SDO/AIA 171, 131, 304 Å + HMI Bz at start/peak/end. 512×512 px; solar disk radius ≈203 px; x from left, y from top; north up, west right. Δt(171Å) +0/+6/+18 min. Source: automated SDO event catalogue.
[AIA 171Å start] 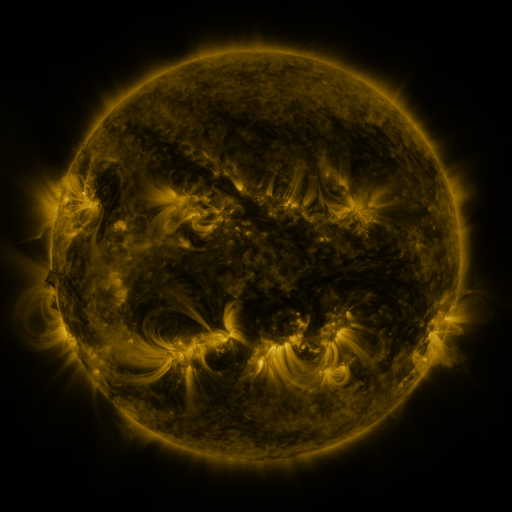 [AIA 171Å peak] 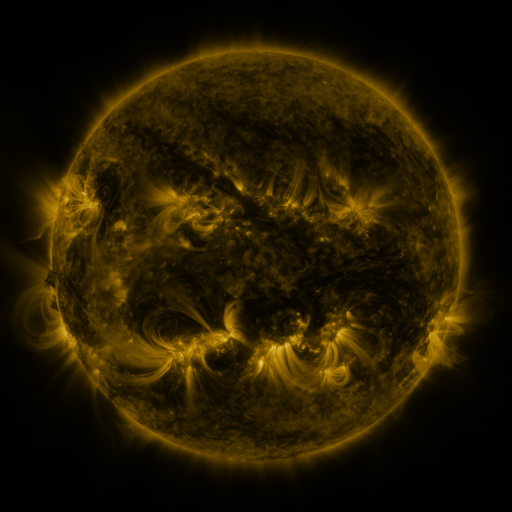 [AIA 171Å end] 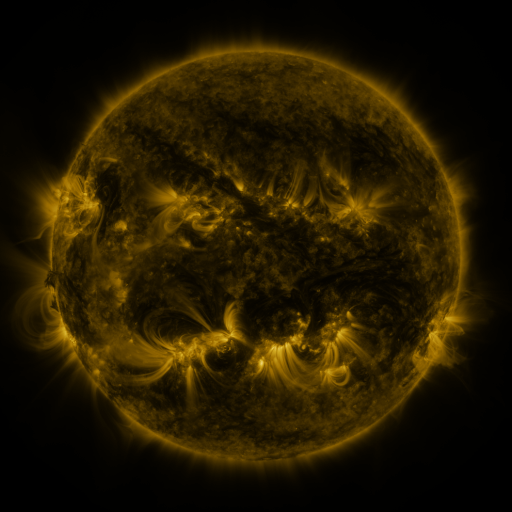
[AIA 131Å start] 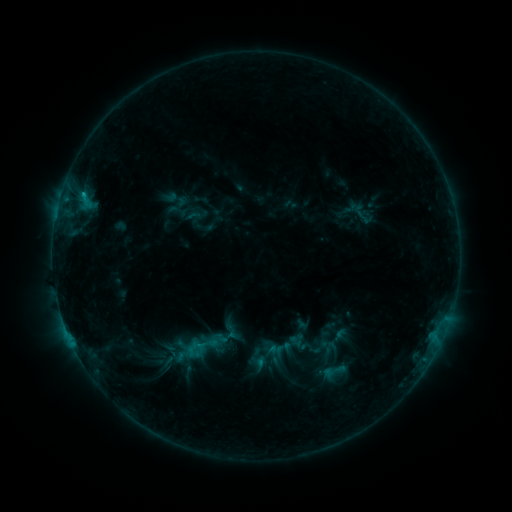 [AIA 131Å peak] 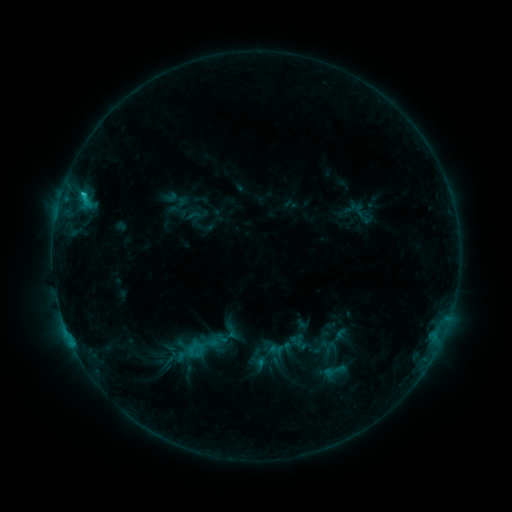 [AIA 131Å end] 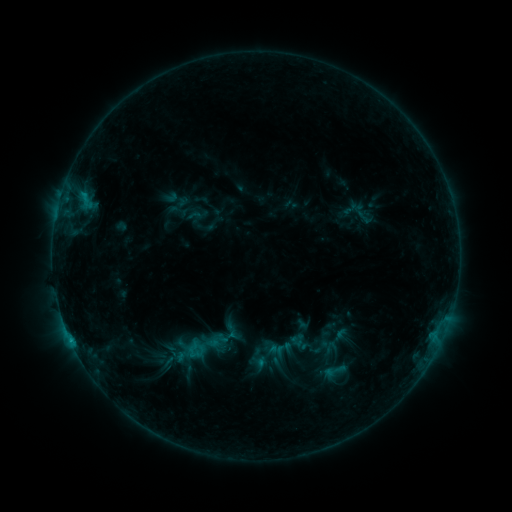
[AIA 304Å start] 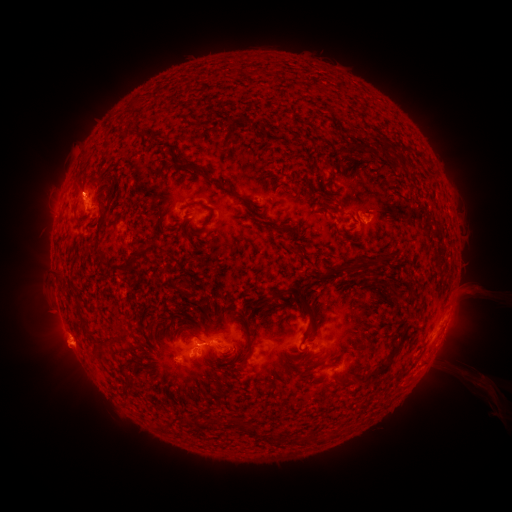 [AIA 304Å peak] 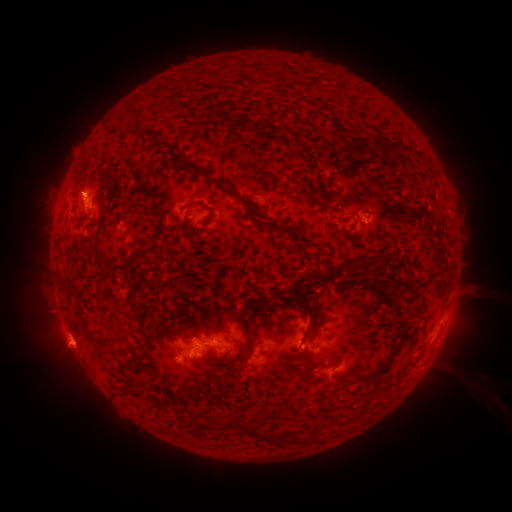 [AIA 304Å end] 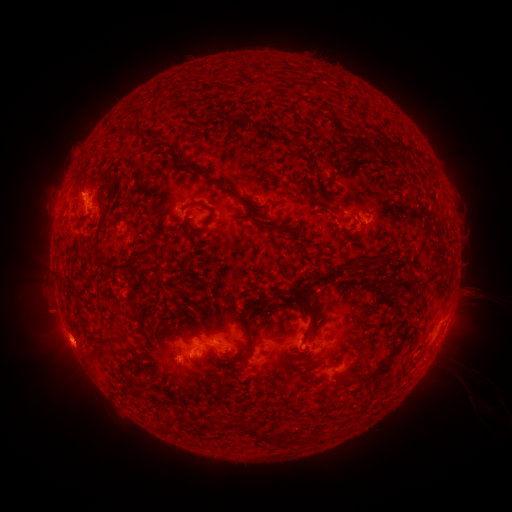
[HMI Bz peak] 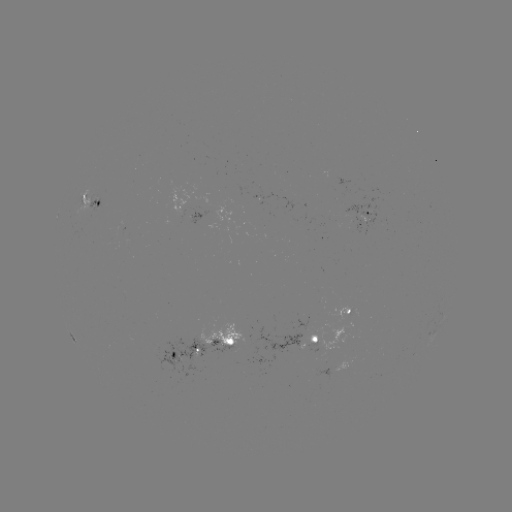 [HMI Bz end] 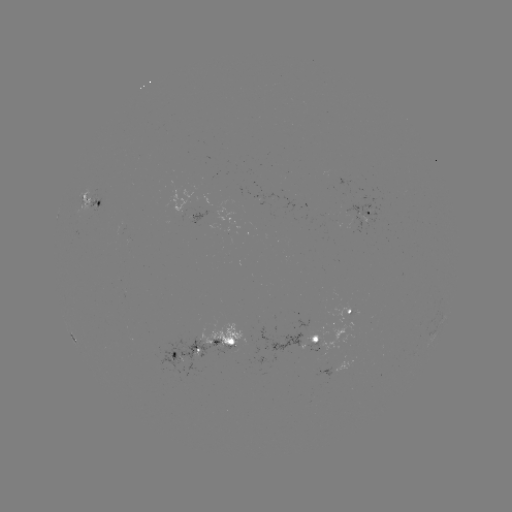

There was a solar flare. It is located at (84, 195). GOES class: C1.1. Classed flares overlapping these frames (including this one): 1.